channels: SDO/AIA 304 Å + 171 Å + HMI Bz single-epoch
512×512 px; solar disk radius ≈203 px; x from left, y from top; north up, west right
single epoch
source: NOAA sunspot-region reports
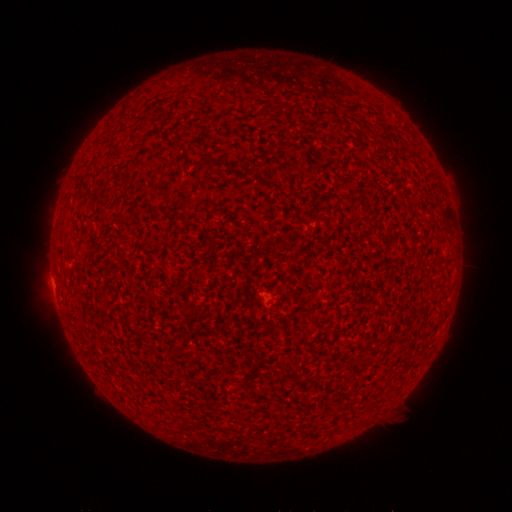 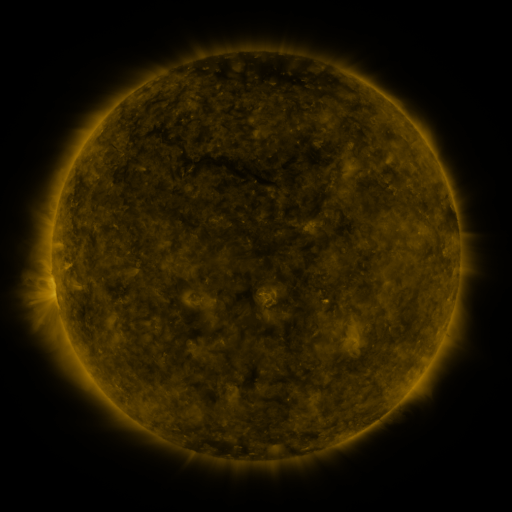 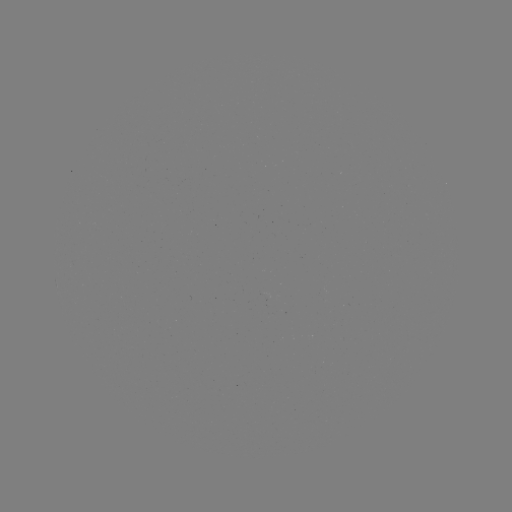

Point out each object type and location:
(none)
